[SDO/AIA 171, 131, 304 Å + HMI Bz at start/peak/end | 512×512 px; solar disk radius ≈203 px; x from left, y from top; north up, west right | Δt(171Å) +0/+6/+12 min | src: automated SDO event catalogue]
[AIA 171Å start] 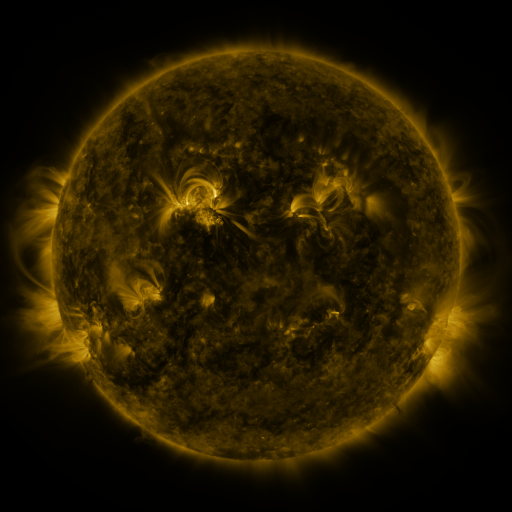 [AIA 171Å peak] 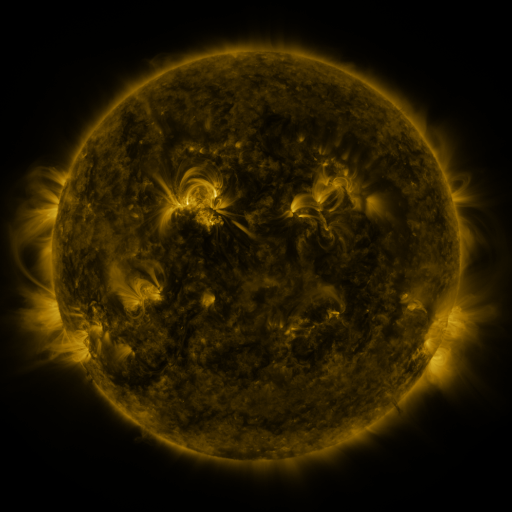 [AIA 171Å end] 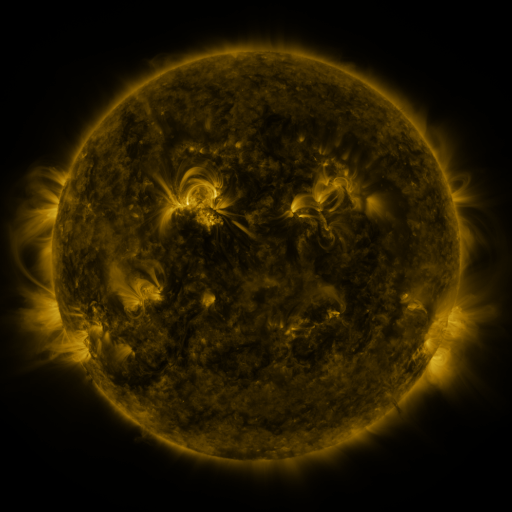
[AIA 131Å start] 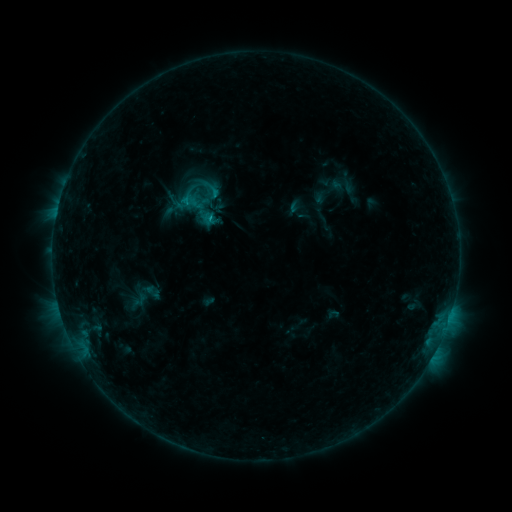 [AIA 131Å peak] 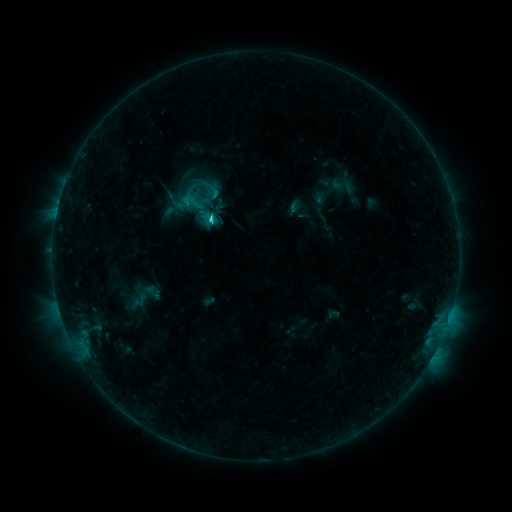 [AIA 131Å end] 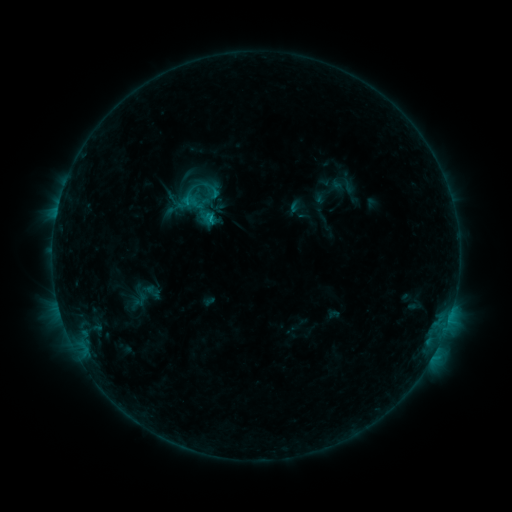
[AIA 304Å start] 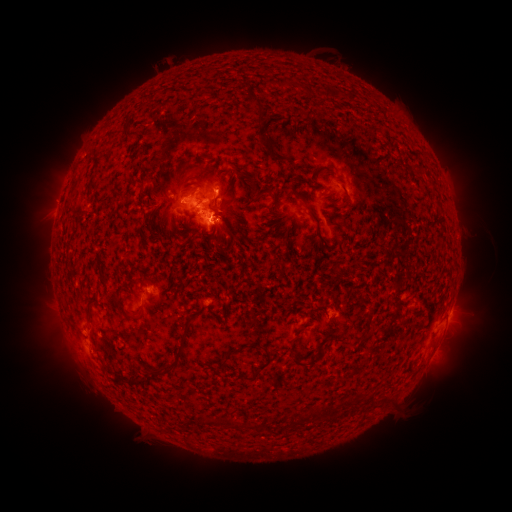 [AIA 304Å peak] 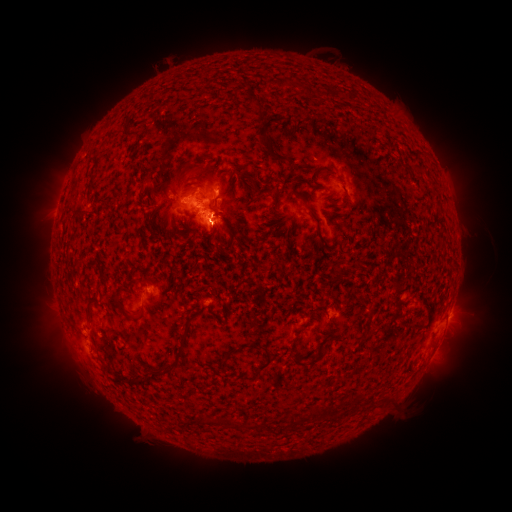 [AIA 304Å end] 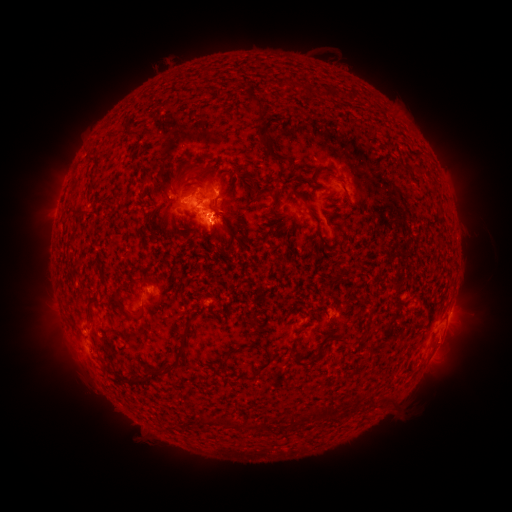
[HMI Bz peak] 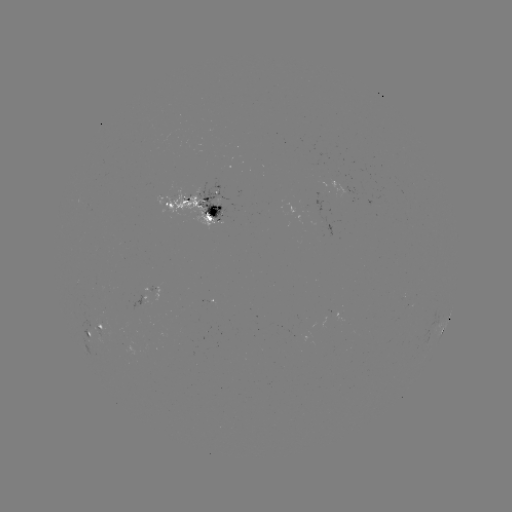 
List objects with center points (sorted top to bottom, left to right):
C1.4 flare: (213, 223)
